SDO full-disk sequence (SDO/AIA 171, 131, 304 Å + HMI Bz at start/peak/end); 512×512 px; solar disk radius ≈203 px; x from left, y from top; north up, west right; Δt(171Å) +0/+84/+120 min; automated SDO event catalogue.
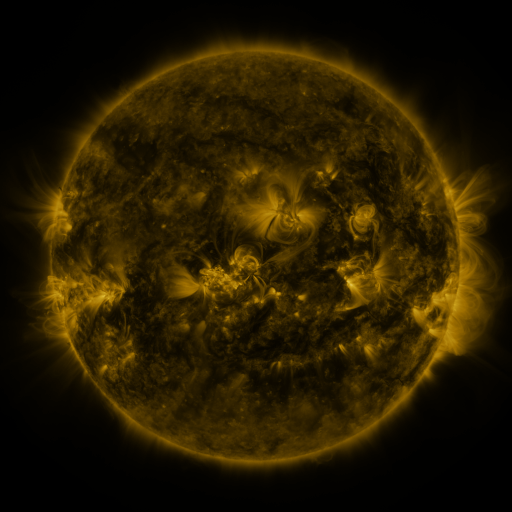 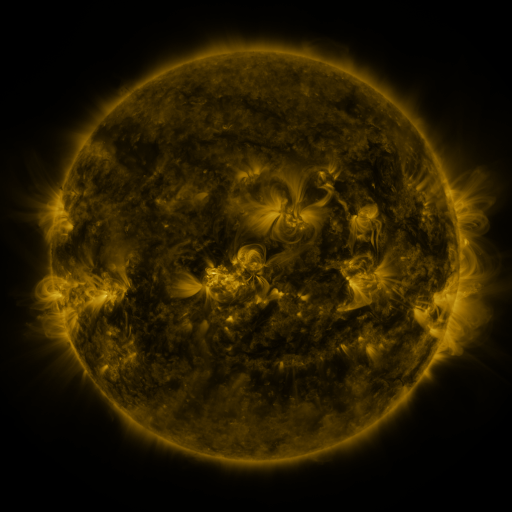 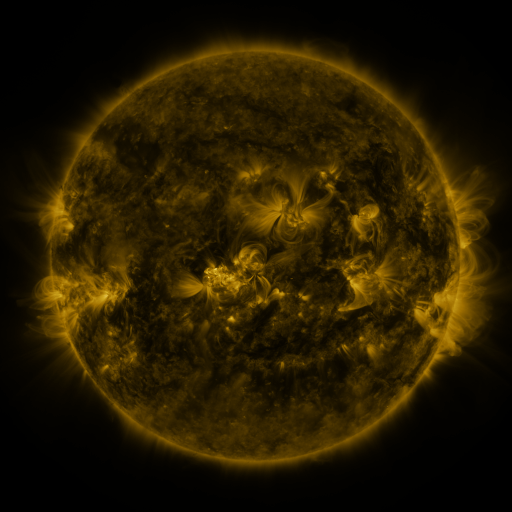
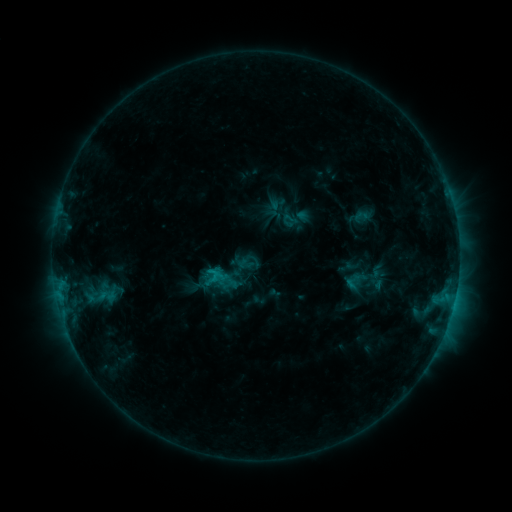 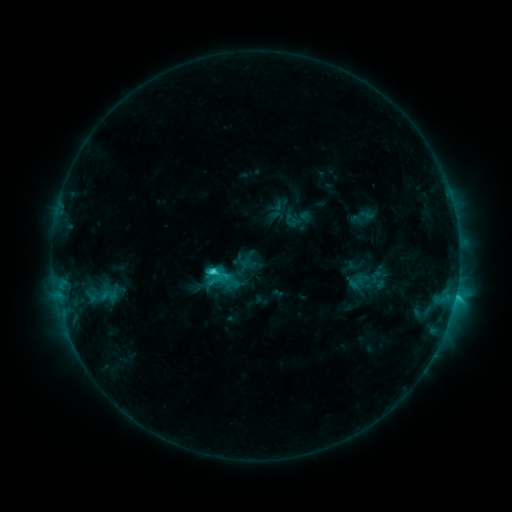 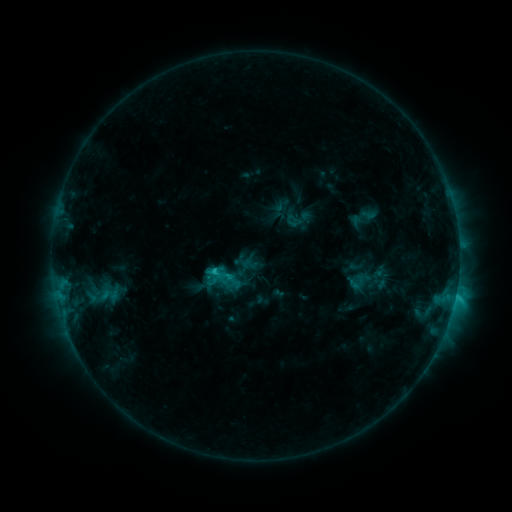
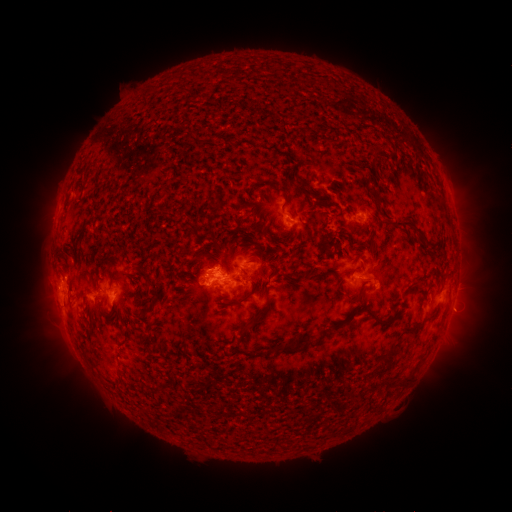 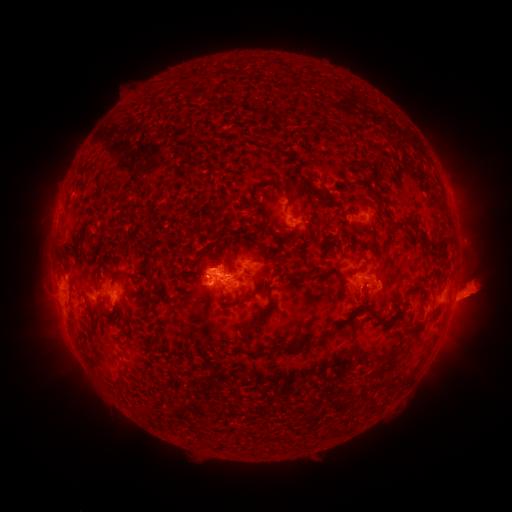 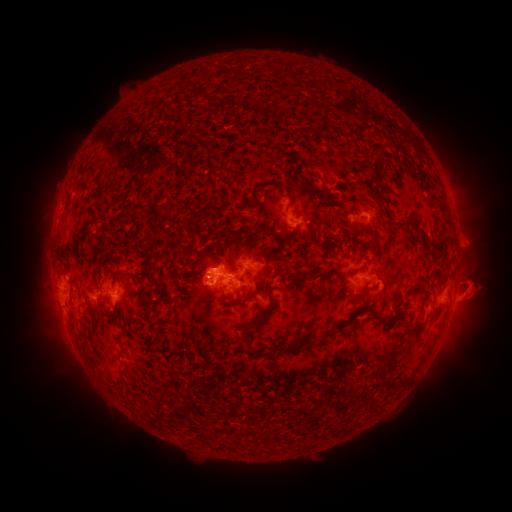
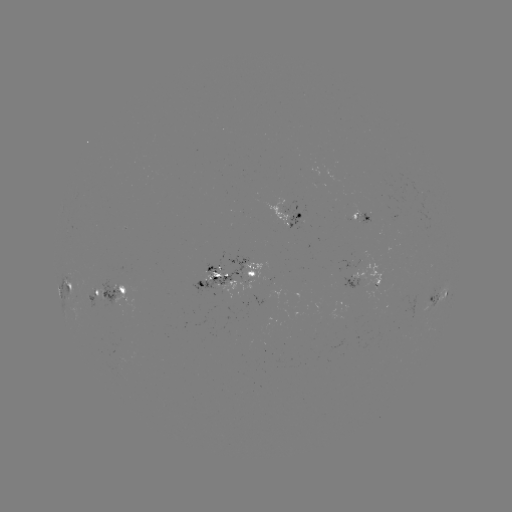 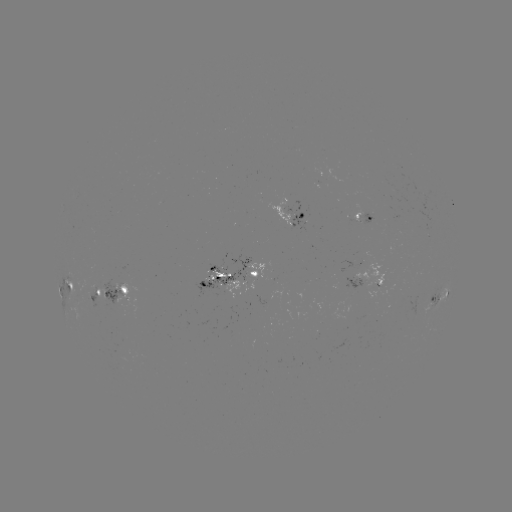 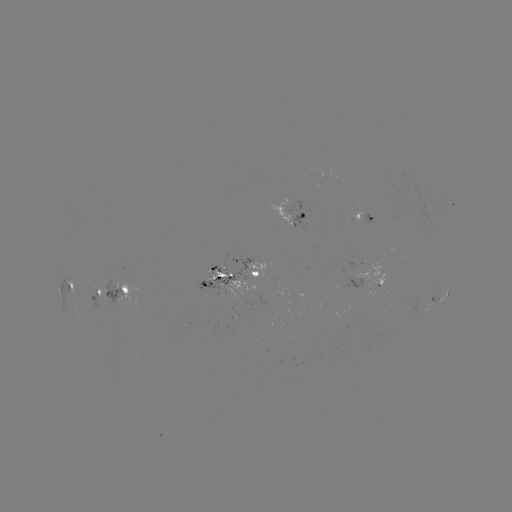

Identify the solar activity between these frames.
emerging-flux region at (370, 216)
